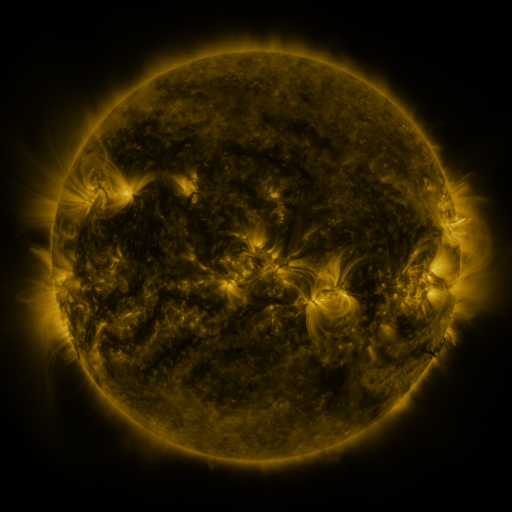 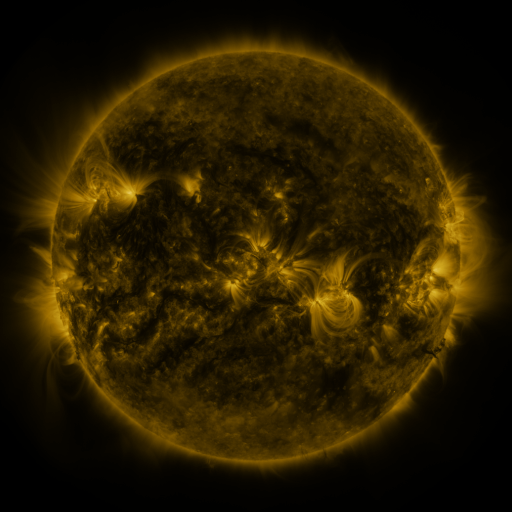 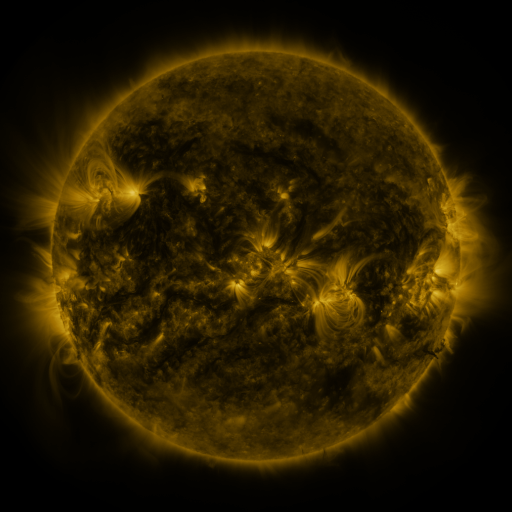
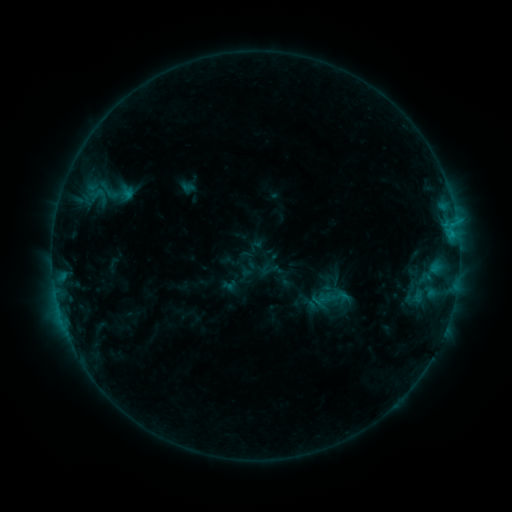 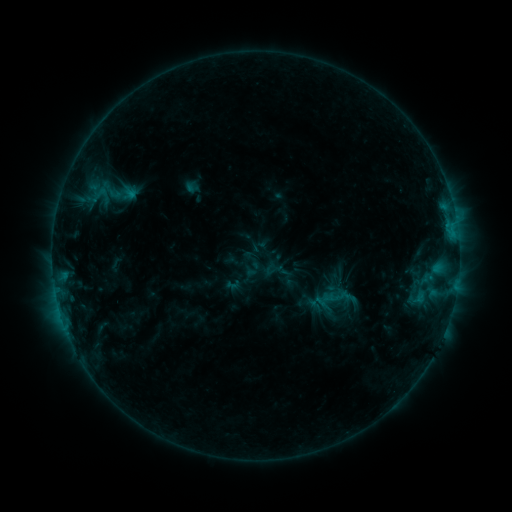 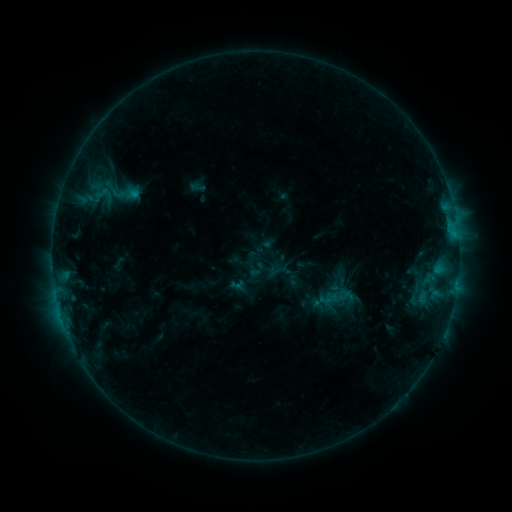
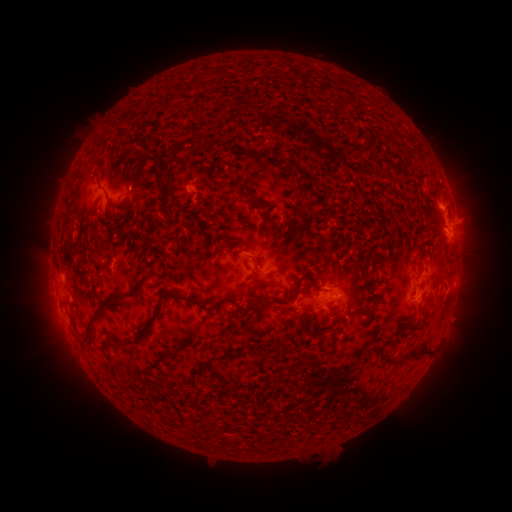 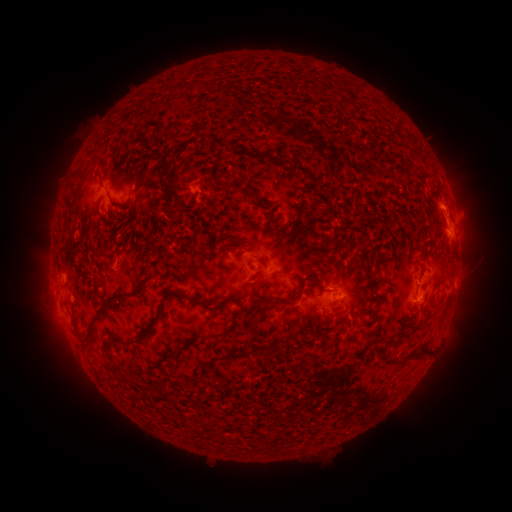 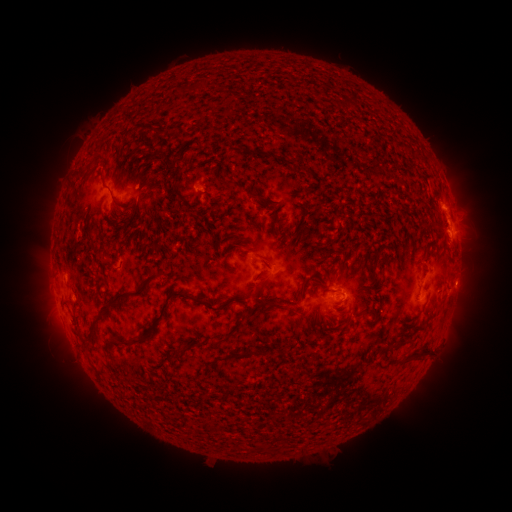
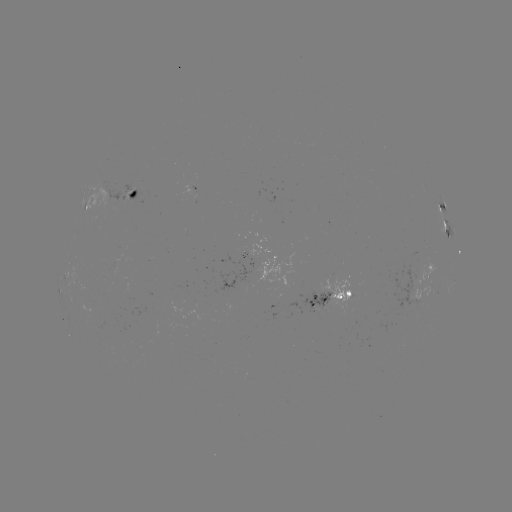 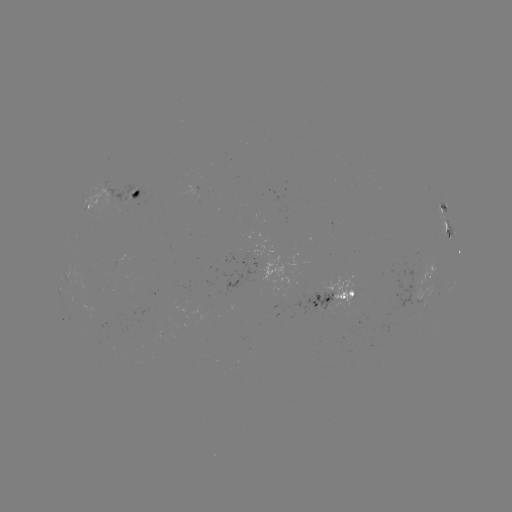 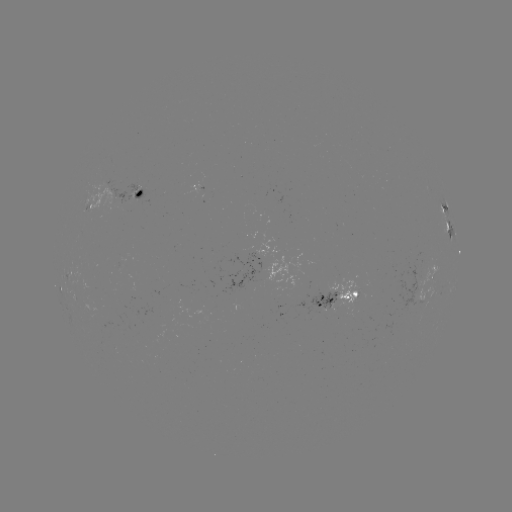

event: filament eruption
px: (154, 123)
